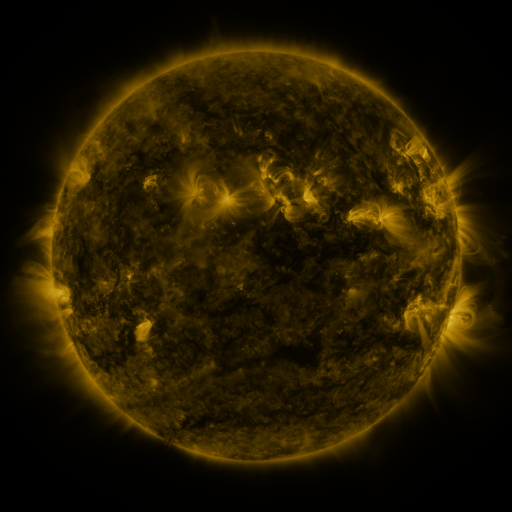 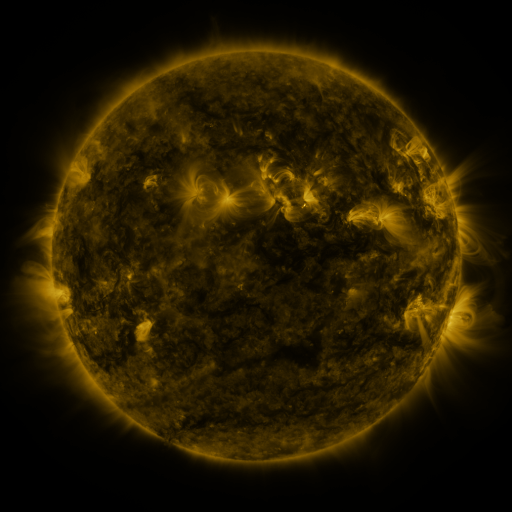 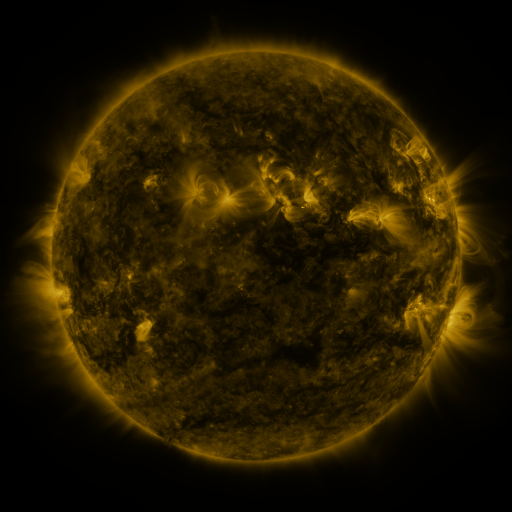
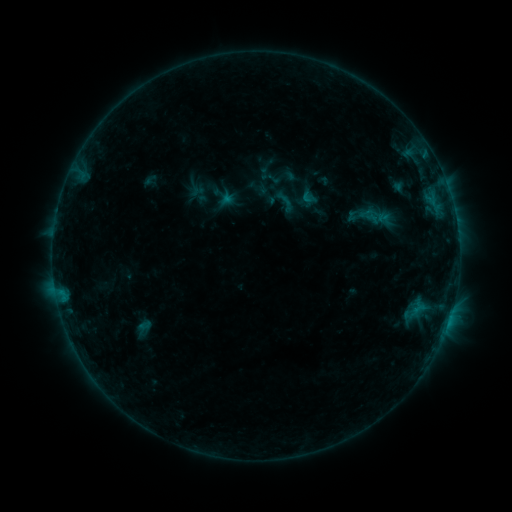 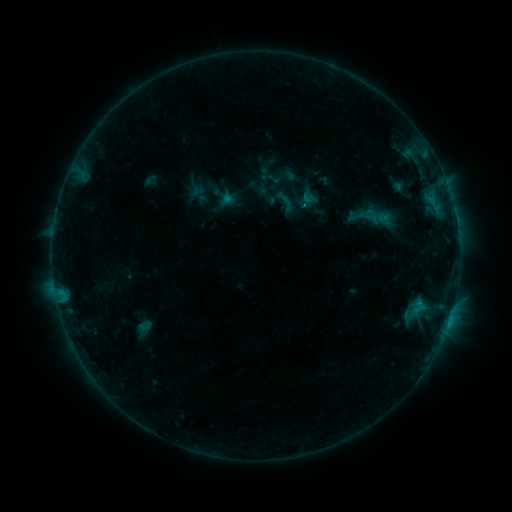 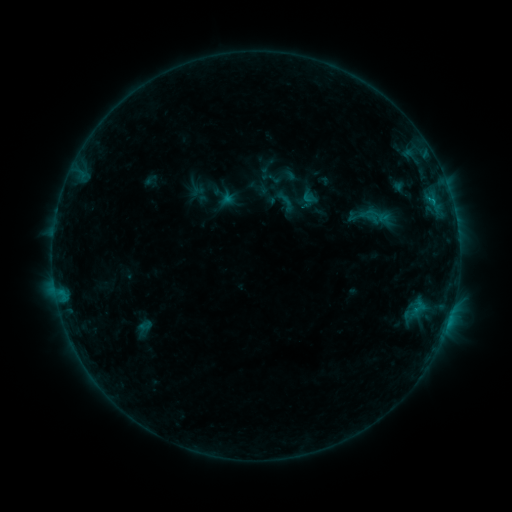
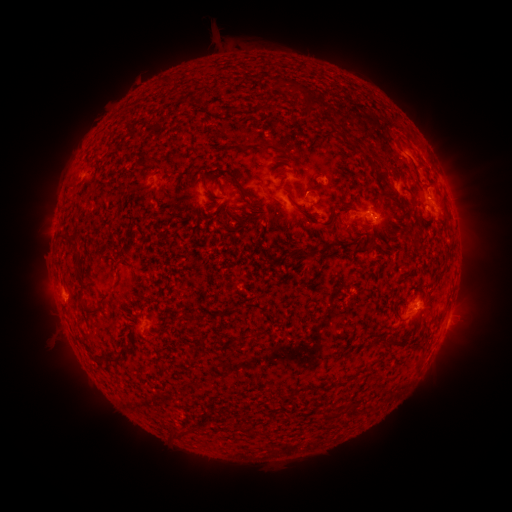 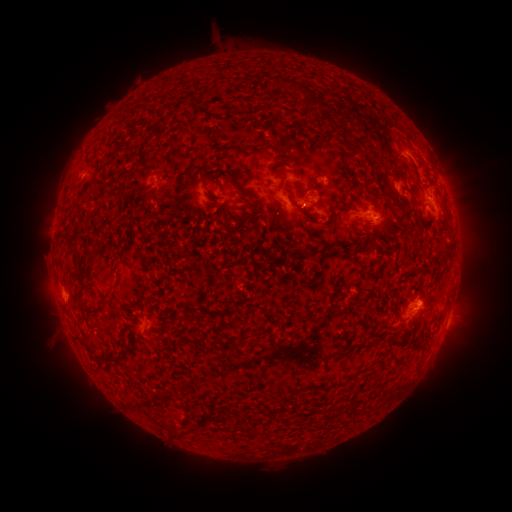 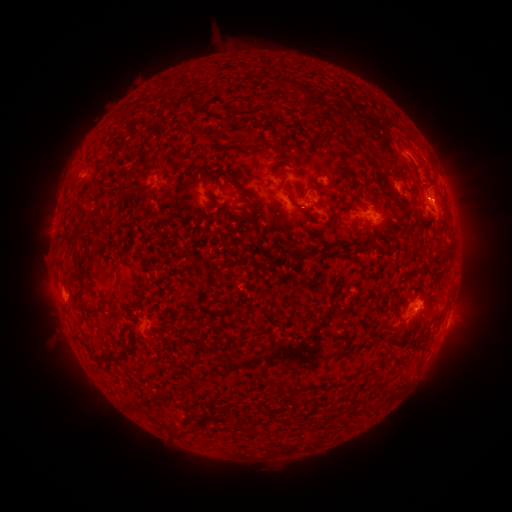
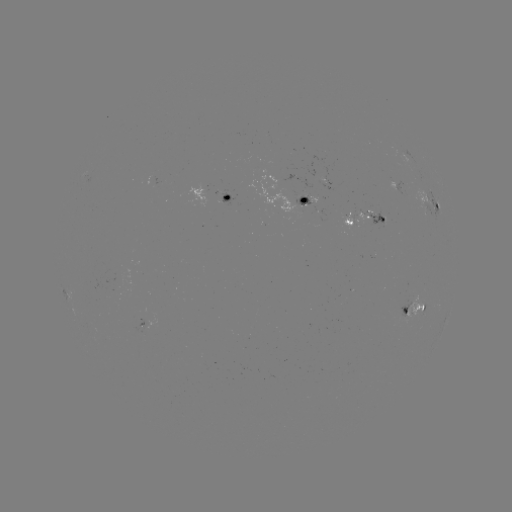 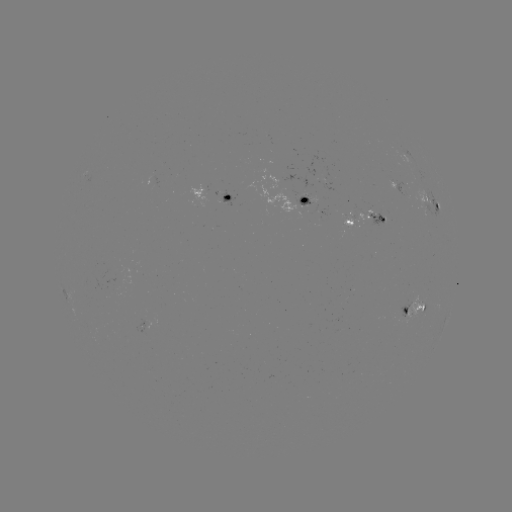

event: flare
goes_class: B8.0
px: (419, 301)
